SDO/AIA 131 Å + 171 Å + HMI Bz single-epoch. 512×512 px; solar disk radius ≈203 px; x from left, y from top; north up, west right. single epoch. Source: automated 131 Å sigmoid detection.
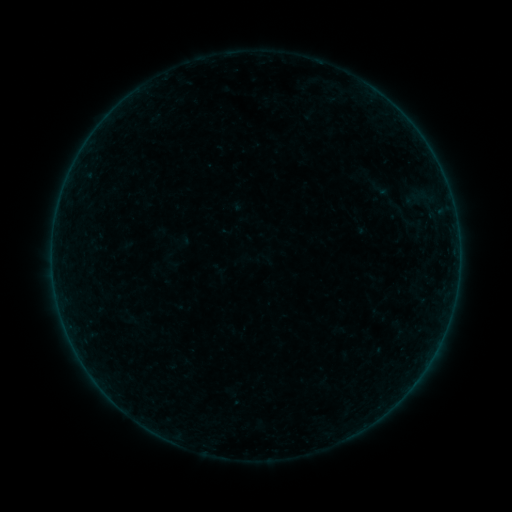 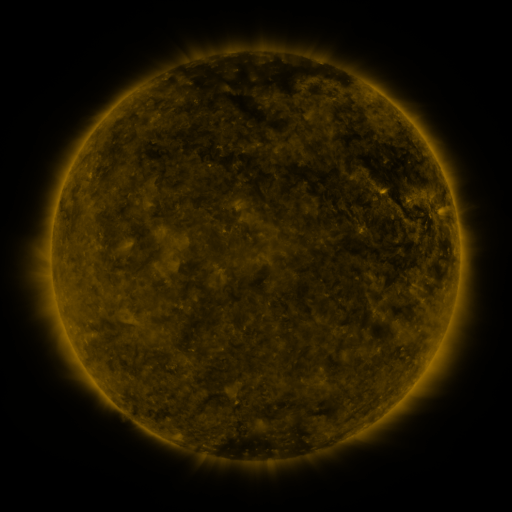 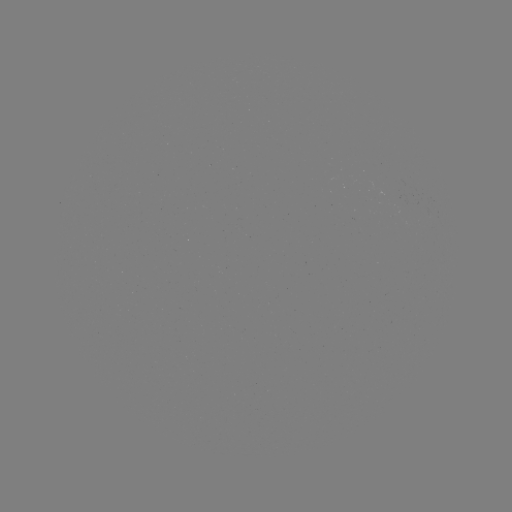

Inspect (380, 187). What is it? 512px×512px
sigmoid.